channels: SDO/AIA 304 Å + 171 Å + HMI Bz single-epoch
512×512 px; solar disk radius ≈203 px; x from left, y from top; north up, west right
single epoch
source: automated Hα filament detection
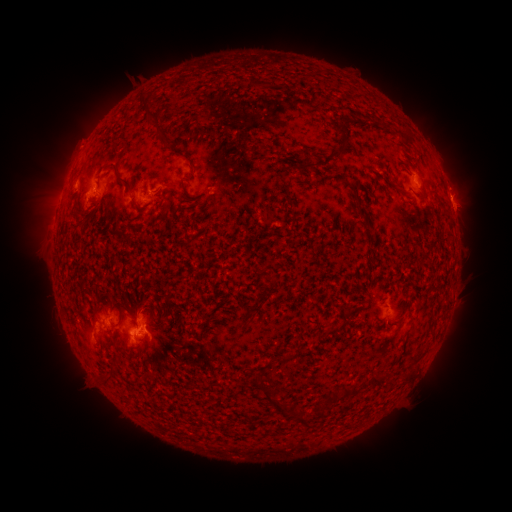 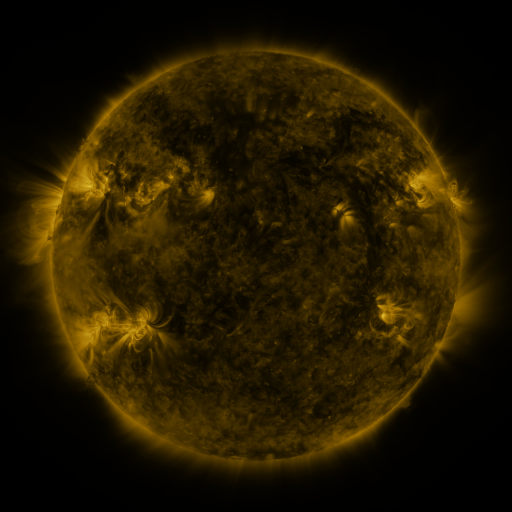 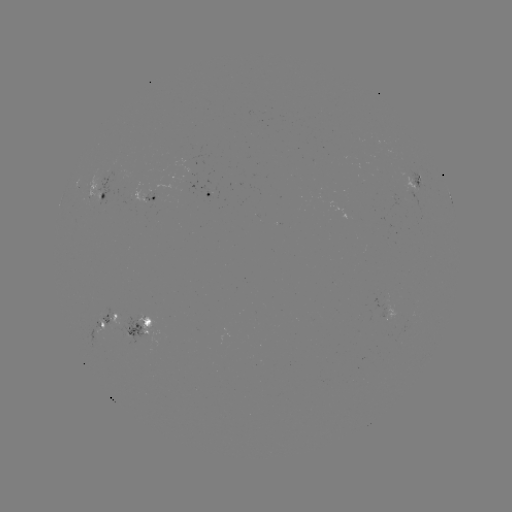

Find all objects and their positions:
filament: (149, 111)
filament: (163, 136)
filament: (408, 138)
filament: (191, 162)
filament: (319, 164)
filament: (119, 177)
filament: (77, 207)
filament: (274, 280)
filament: (120, 316)
filament: (333, 331)
filament: (372, 378)
filament: (341, 397)
filament: (288, 409)
